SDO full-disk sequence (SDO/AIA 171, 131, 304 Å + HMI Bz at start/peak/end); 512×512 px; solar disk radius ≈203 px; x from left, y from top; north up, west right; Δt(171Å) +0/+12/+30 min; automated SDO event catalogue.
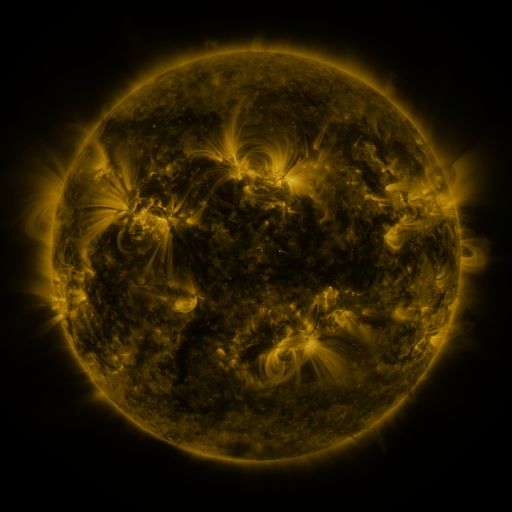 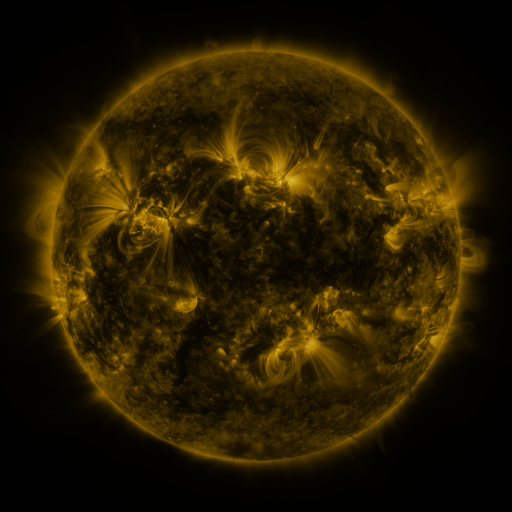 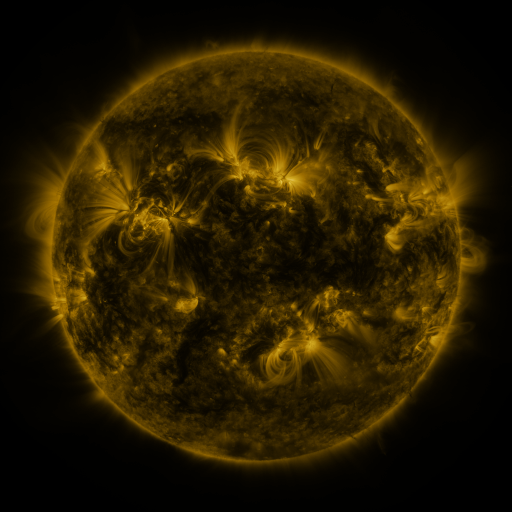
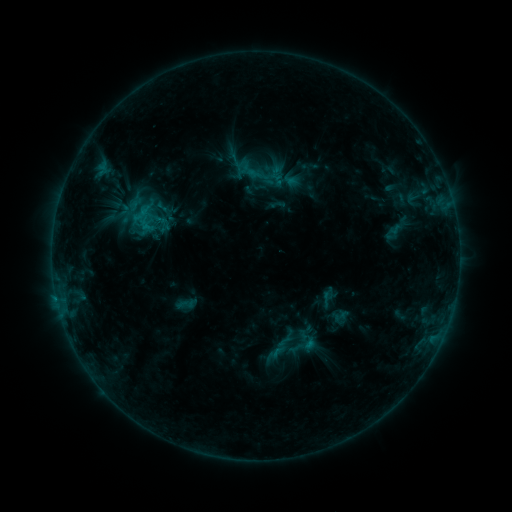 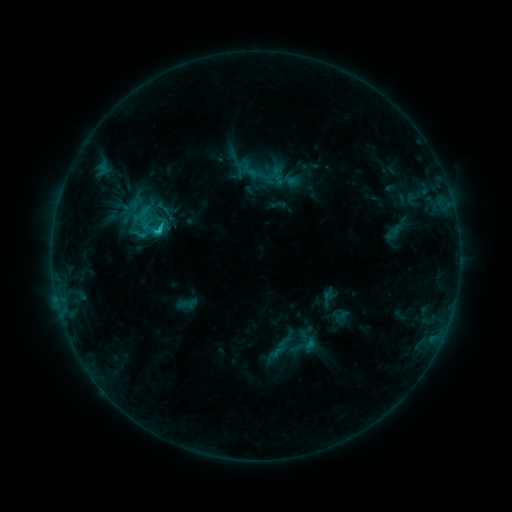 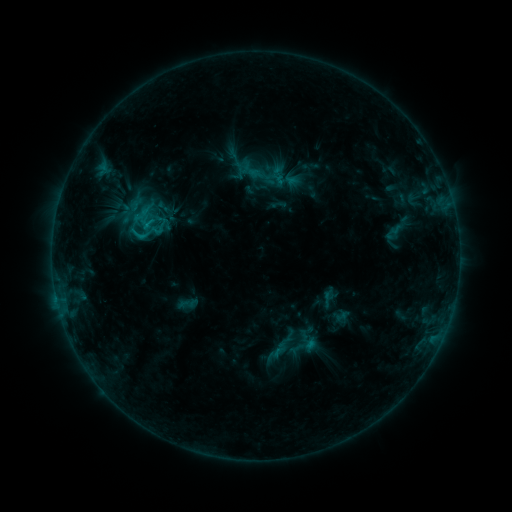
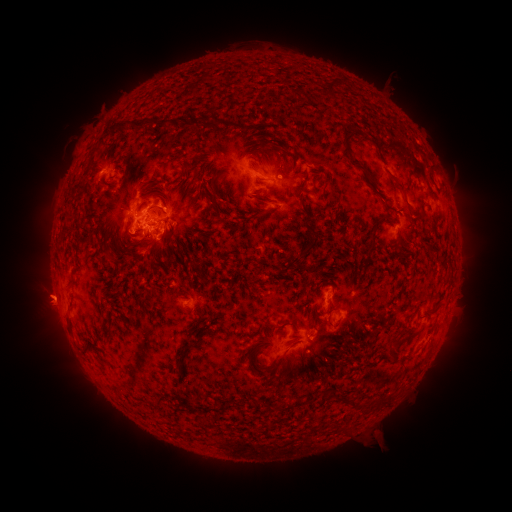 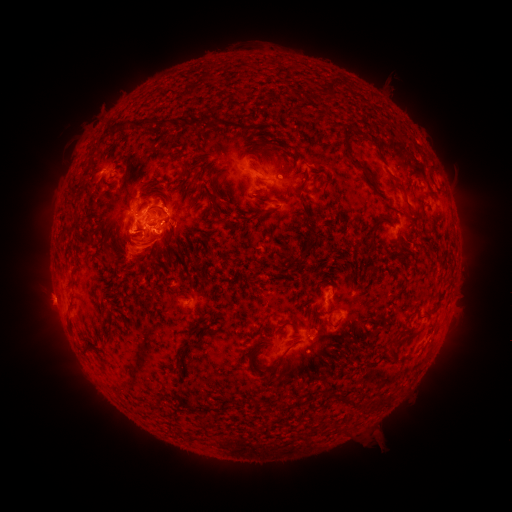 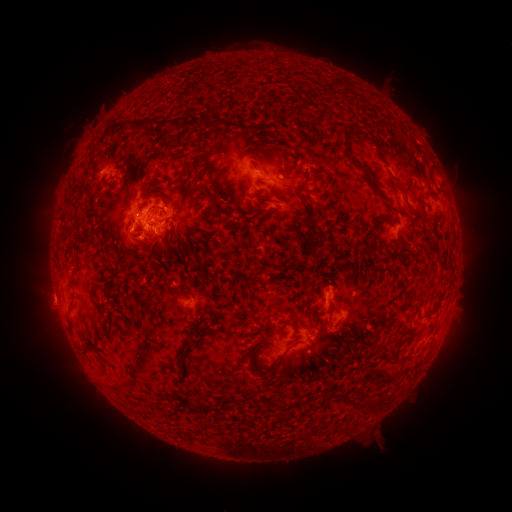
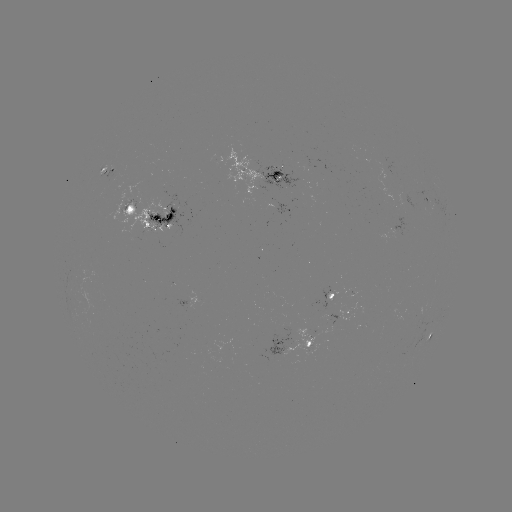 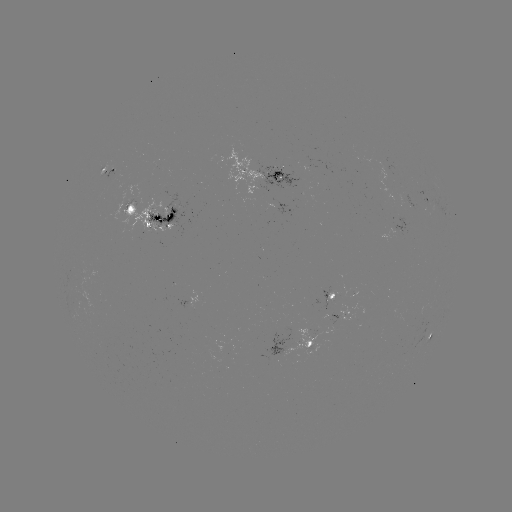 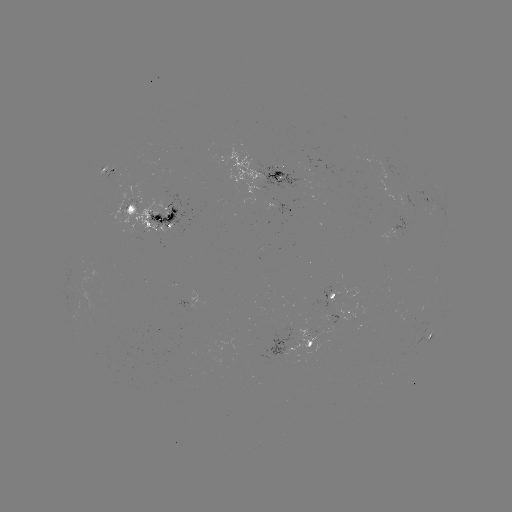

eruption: (84, 178, 200, 289)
